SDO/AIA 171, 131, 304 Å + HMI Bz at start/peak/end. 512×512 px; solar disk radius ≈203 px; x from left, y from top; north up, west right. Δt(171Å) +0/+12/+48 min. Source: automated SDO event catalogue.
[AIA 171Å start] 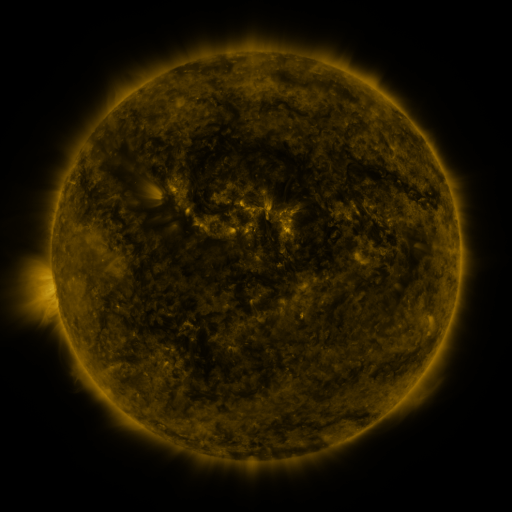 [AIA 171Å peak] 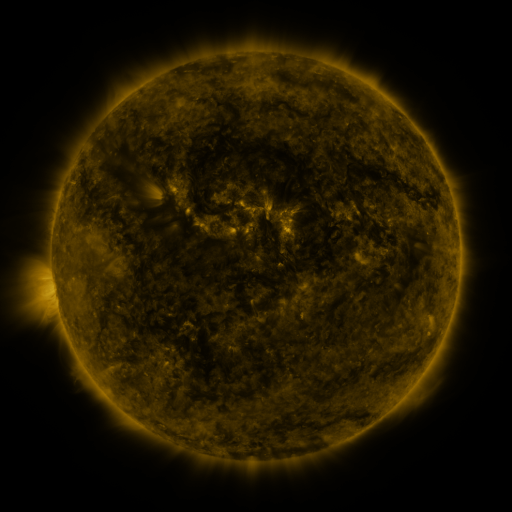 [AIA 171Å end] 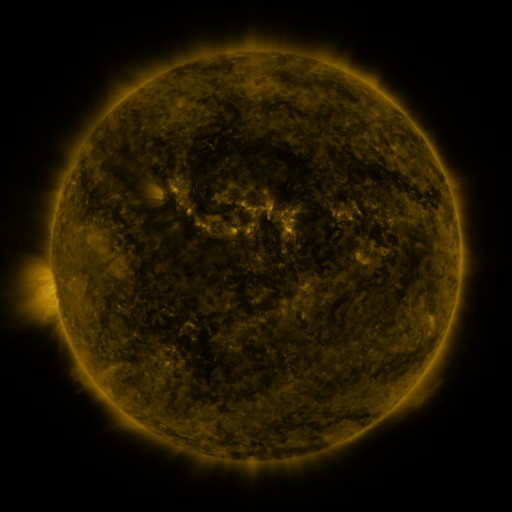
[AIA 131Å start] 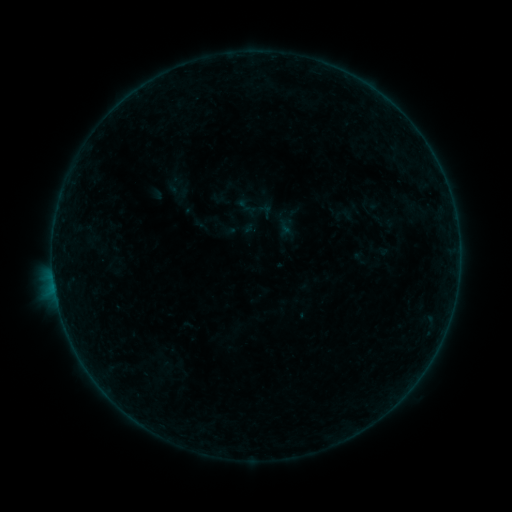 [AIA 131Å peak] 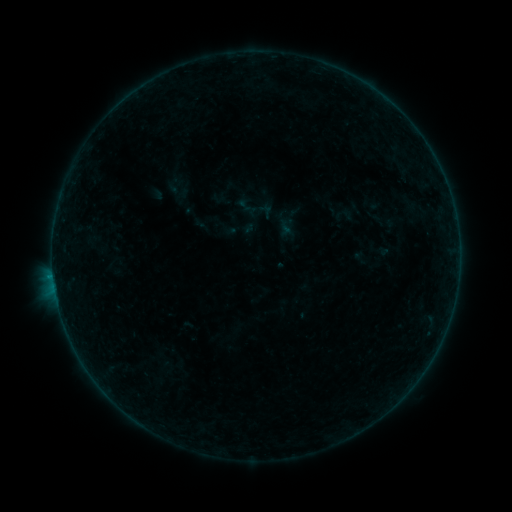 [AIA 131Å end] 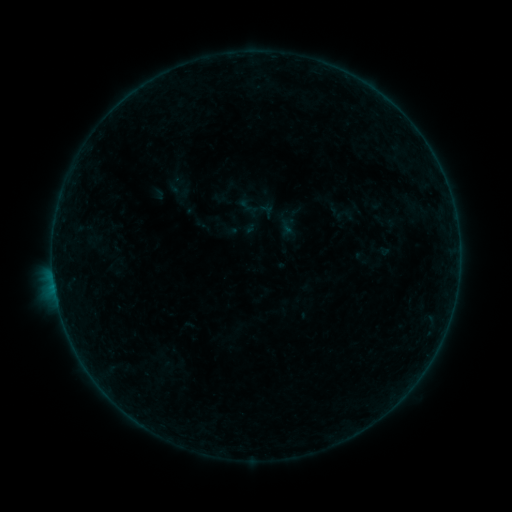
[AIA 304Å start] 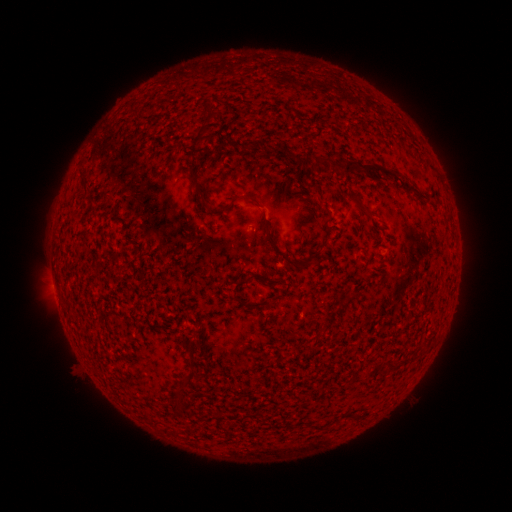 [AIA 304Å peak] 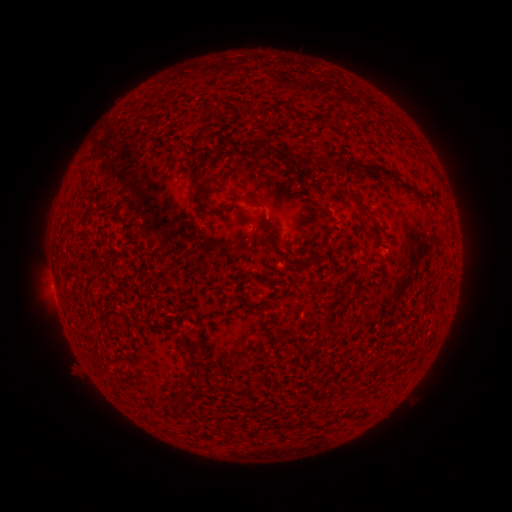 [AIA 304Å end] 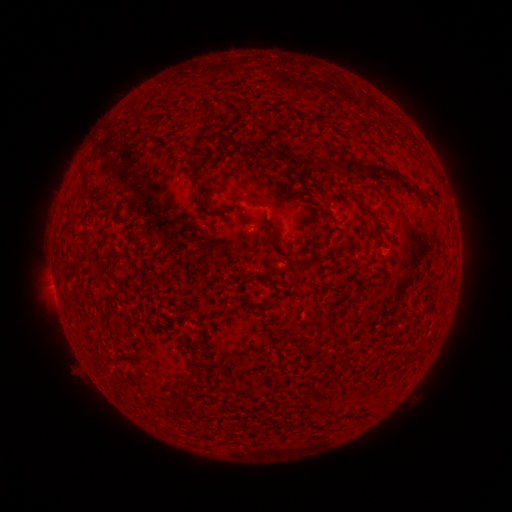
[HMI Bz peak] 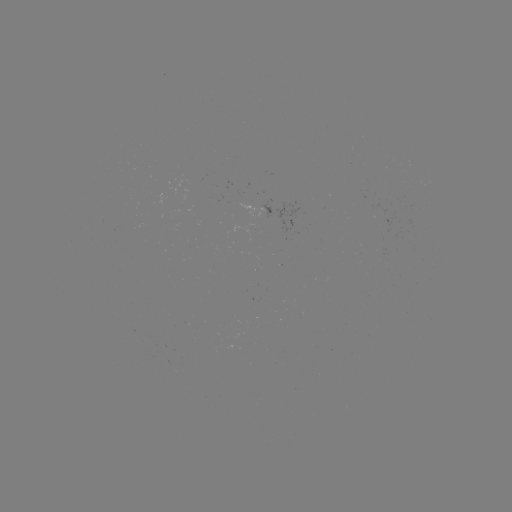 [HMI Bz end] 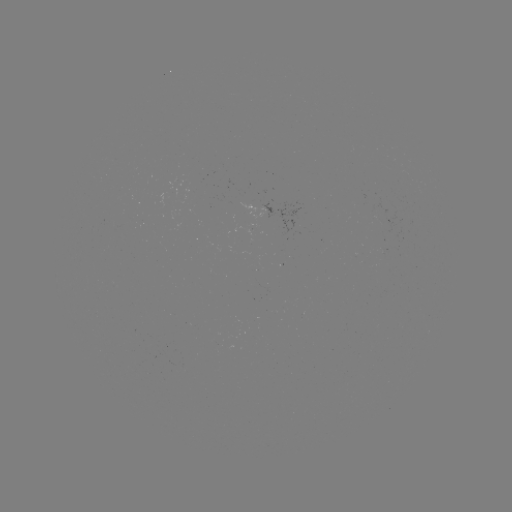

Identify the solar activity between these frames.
B1.5 flare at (53, 273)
